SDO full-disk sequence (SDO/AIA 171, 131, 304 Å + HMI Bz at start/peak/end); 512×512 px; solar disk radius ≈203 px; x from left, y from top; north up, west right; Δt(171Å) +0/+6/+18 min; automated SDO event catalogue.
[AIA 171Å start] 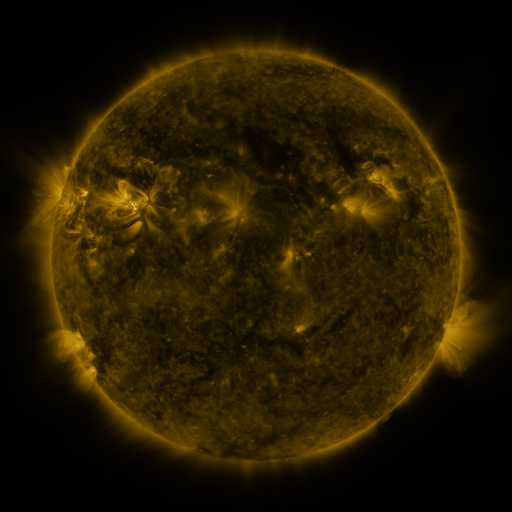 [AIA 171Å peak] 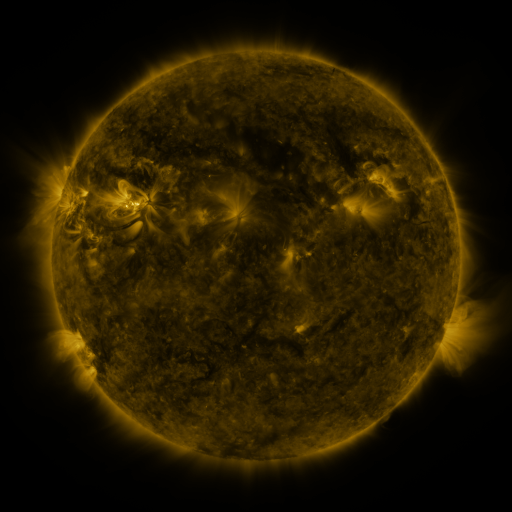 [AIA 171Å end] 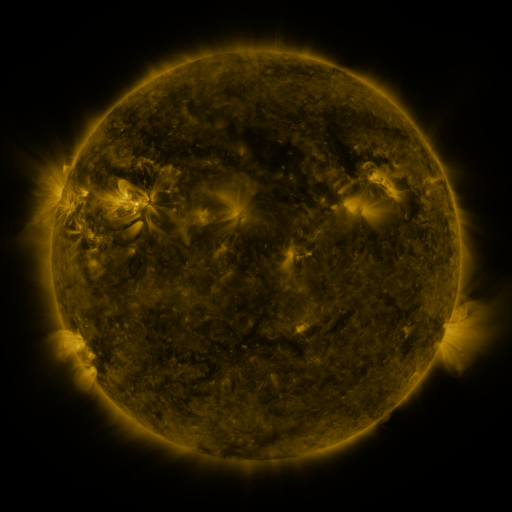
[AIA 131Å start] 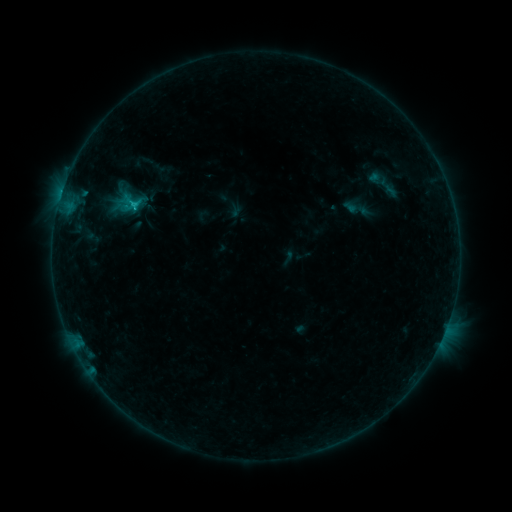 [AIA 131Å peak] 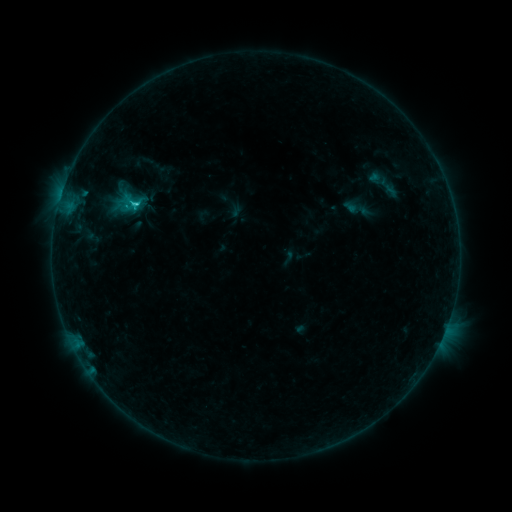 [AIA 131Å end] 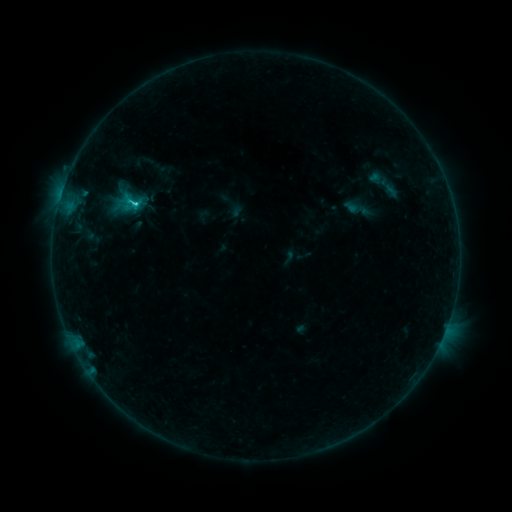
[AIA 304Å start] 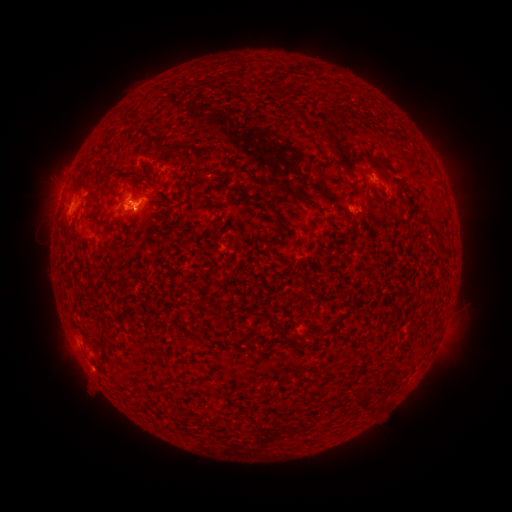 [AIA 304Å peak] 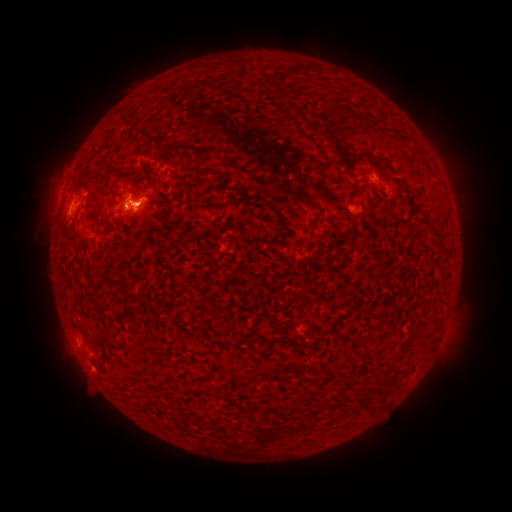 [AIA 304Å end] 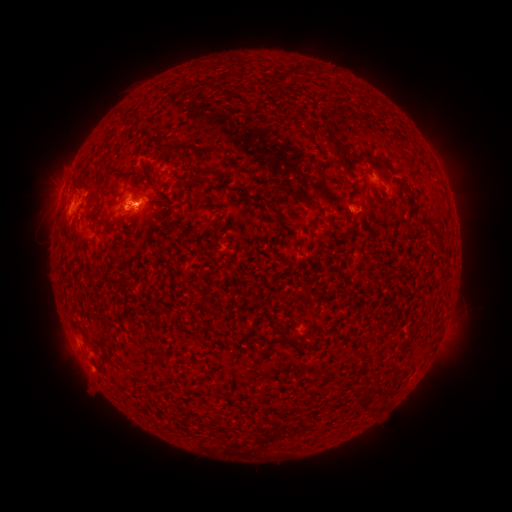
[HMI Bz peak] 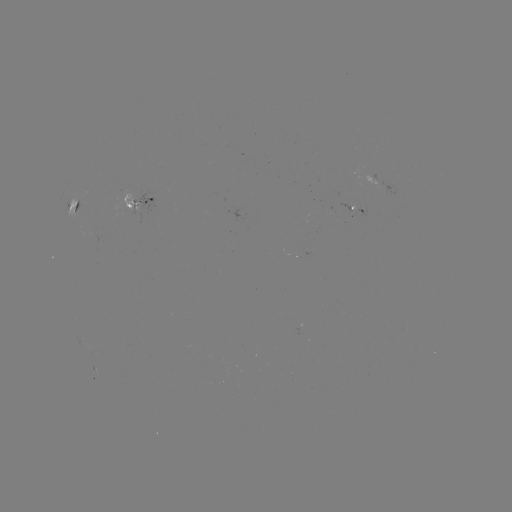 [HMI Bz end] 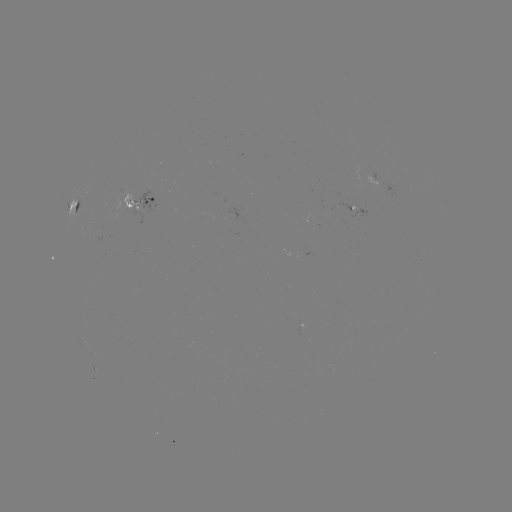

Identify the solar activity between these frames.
C2.0 flare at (139, 207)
